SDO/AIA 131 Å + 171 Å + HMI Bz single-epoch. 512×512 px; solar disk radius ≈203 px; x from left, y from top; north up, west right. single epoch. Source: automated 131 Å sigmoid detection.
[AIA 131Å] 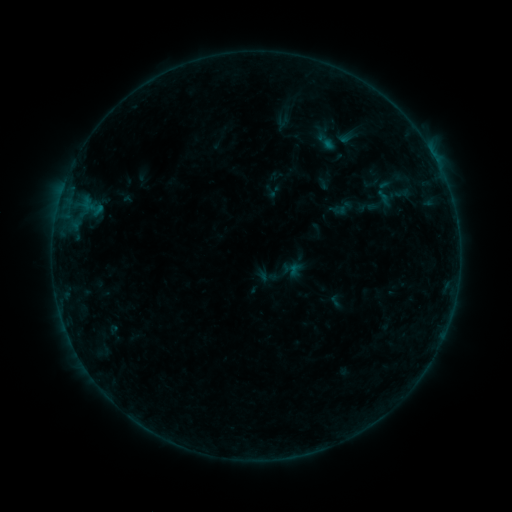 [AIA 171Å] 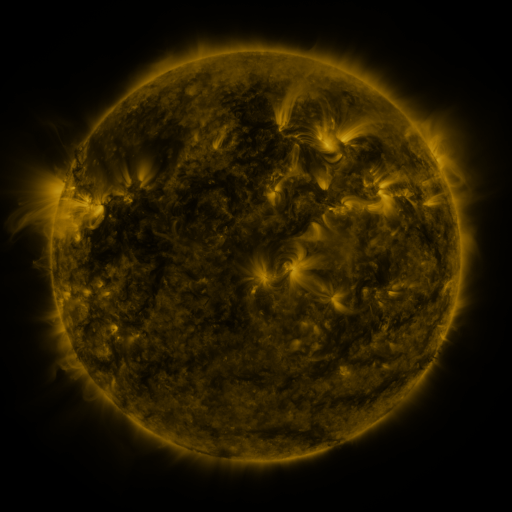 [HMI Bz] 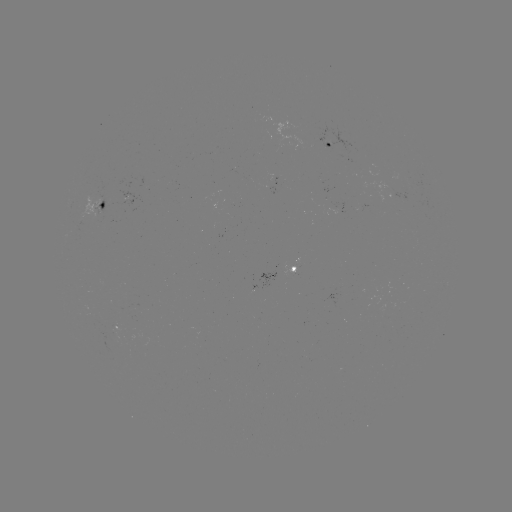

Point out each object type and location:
sigmoid: <bbox>309, 130, 340, 153</bbox>
sigmoid: <bbox>390, 182, 415, 205</bbox>
